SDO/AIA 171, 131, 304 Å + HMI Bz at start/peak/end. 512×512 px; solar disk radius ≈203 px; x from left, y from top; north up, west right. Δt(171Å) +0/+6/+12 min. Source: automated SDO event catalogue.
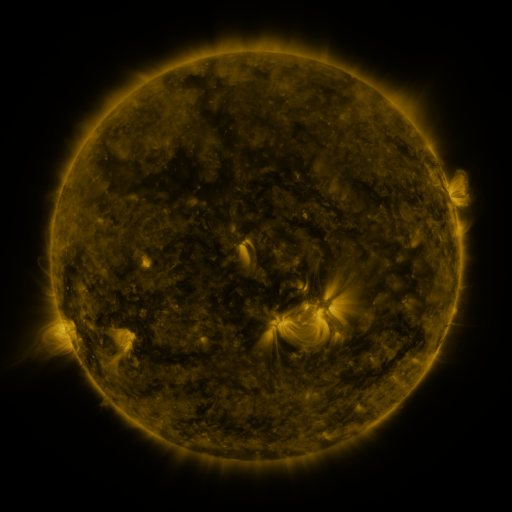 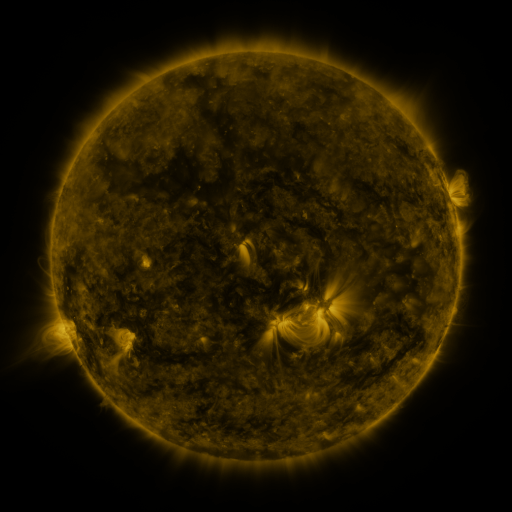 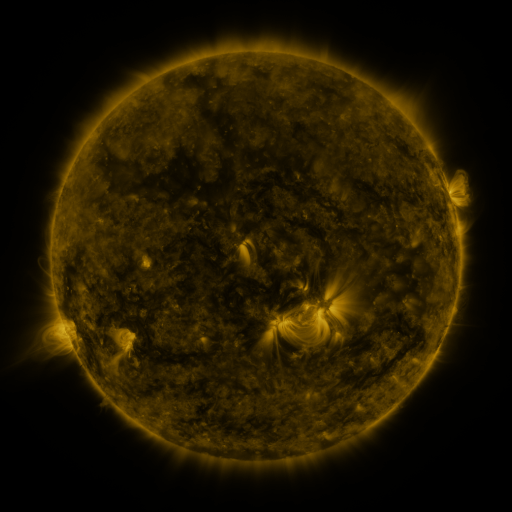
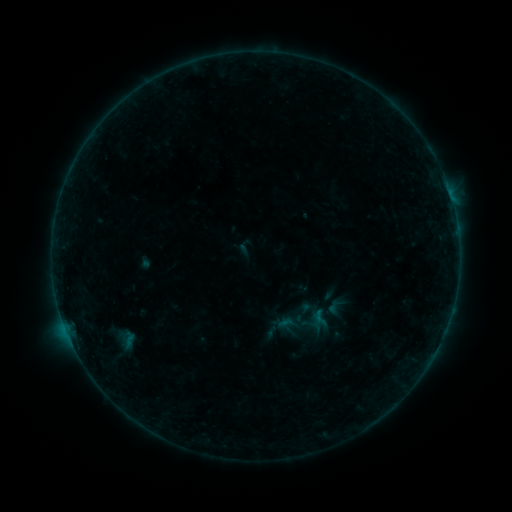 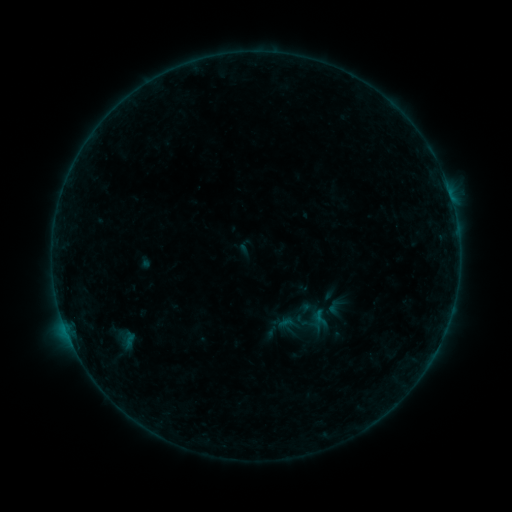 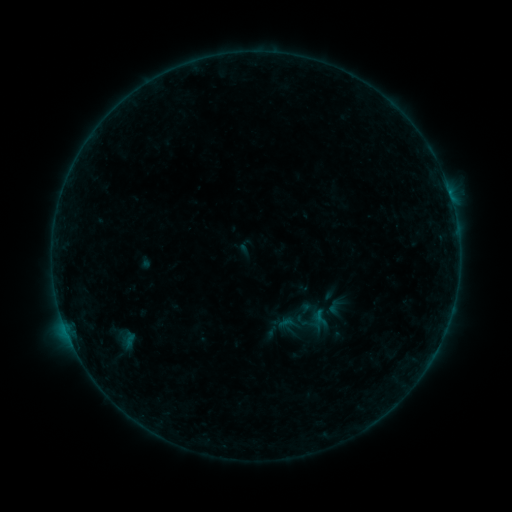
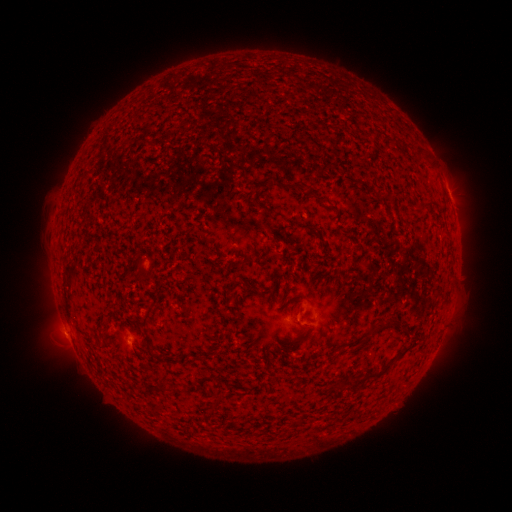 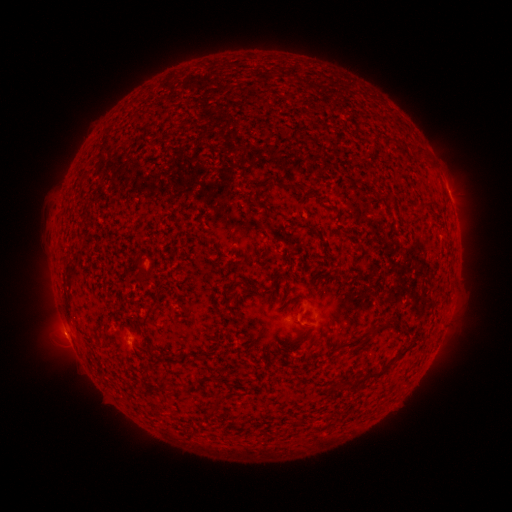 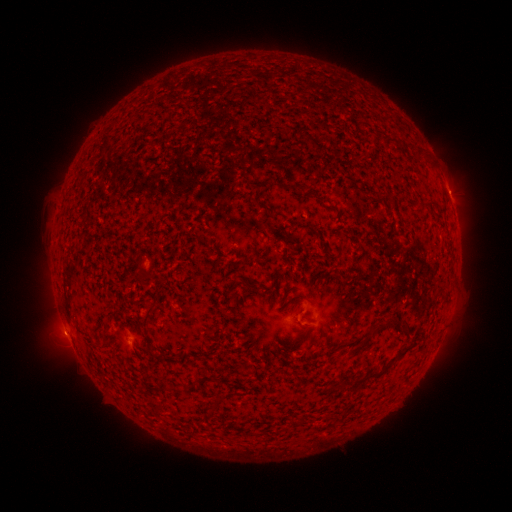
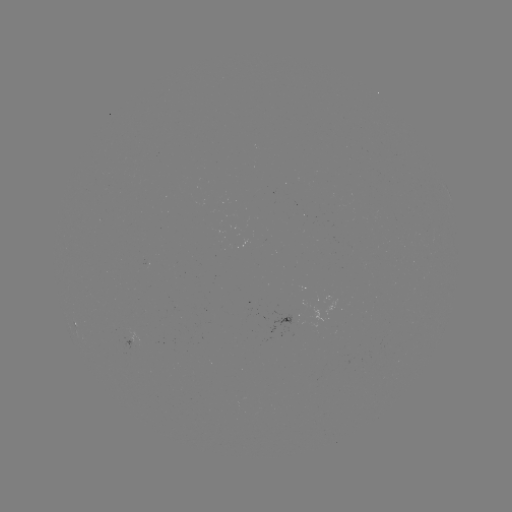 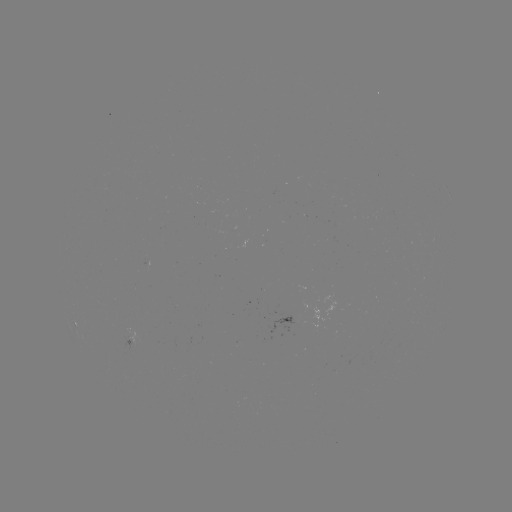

no catalogued flare and no flagged EUV brightening in this window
